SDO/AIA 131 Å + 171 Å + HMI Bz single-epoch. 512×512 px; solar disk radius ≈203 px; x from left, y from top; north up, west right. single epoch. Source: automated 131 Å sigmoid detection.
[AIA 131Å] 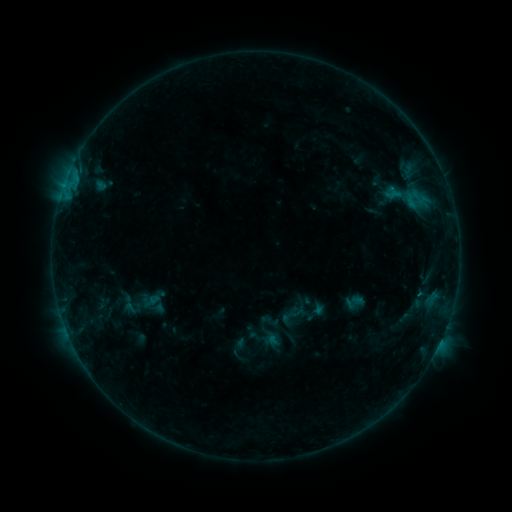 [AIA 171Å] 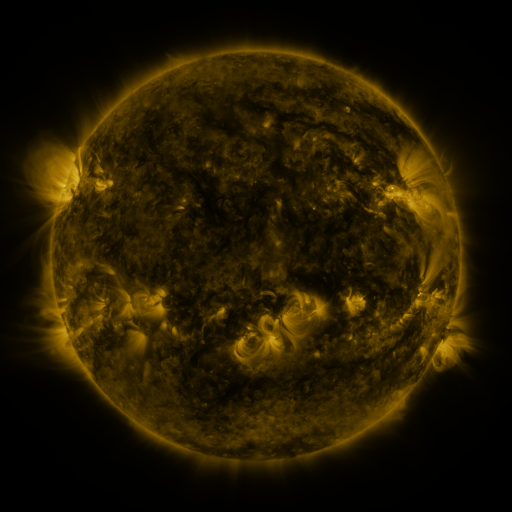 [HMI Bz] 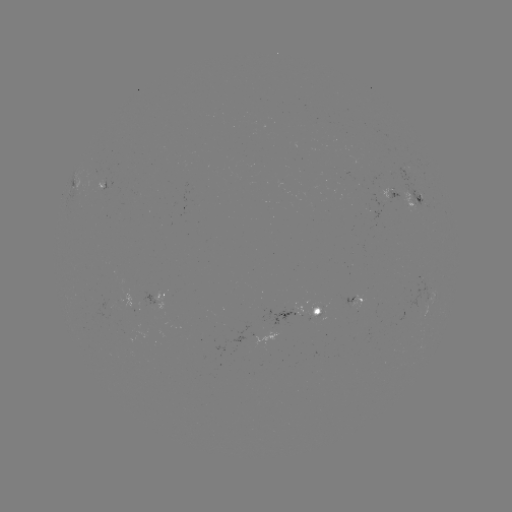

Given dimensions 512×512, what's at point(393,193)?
sigmoid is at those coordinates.